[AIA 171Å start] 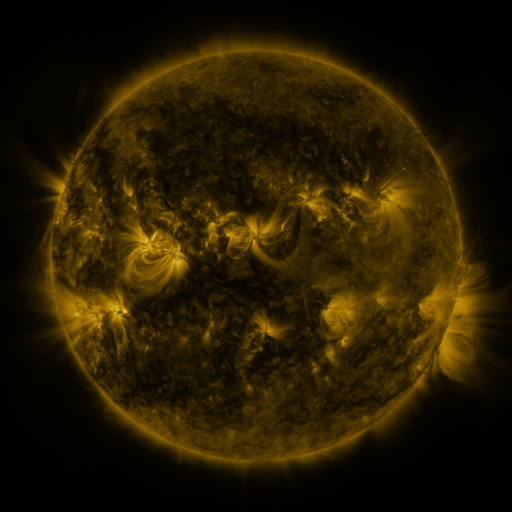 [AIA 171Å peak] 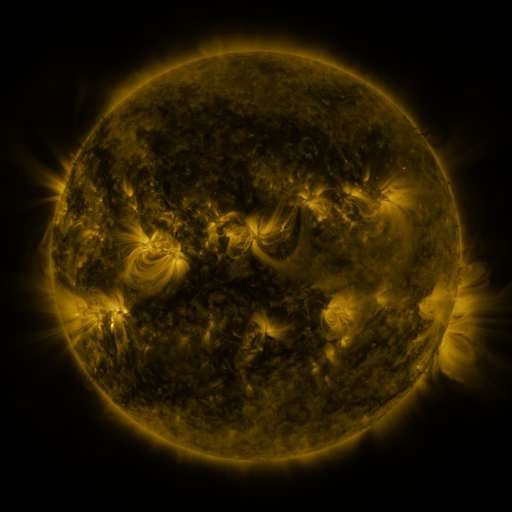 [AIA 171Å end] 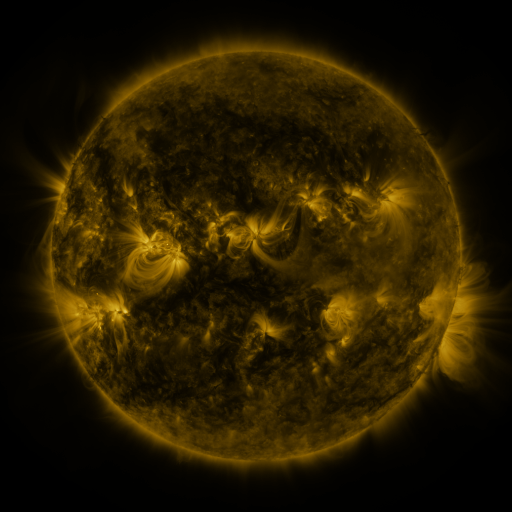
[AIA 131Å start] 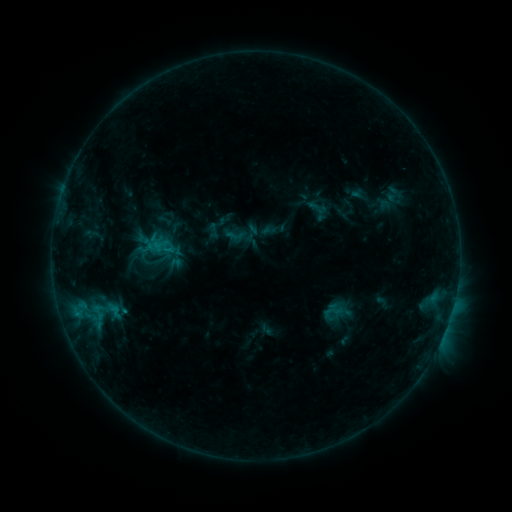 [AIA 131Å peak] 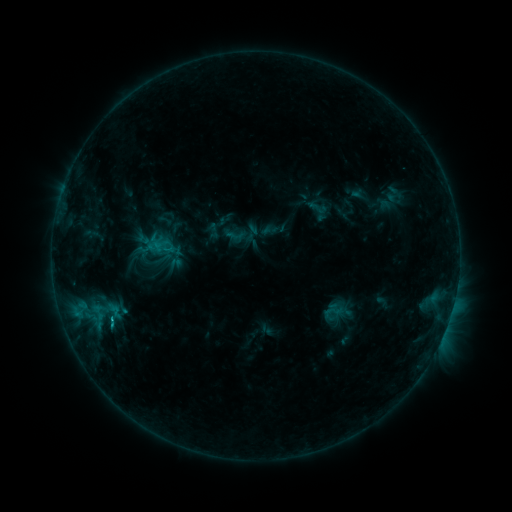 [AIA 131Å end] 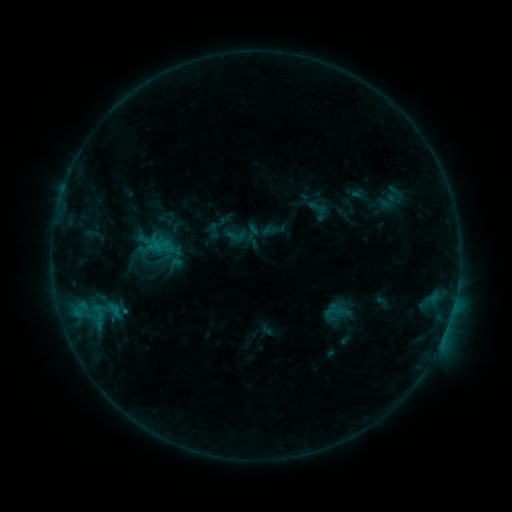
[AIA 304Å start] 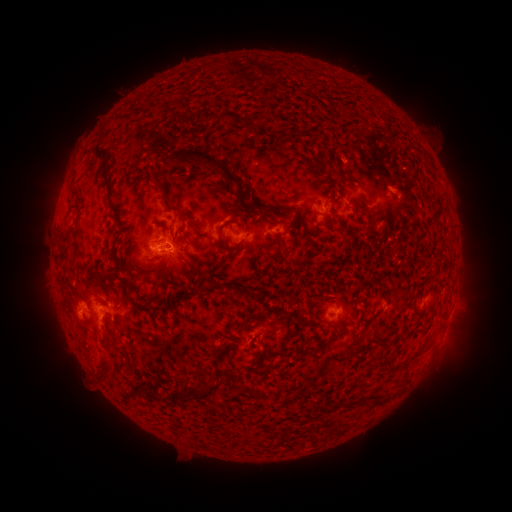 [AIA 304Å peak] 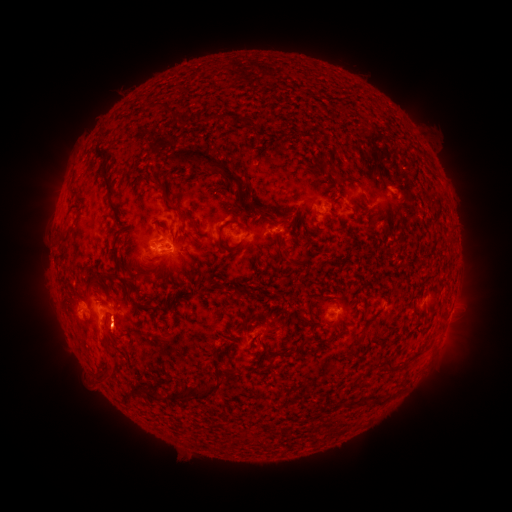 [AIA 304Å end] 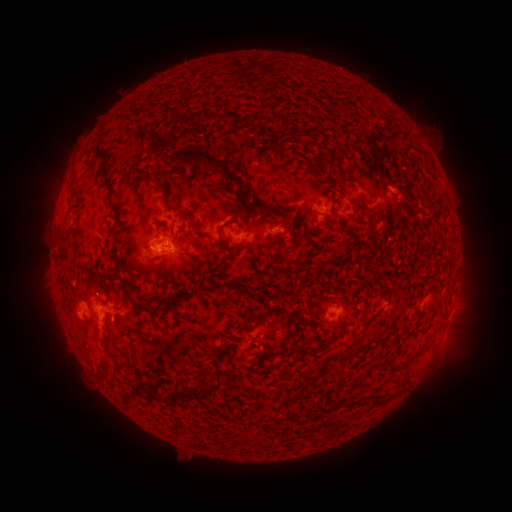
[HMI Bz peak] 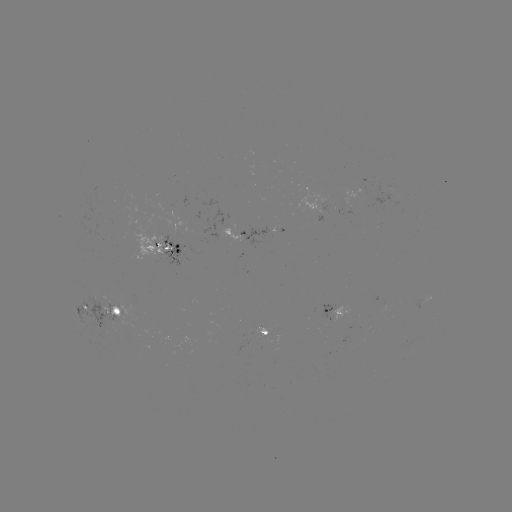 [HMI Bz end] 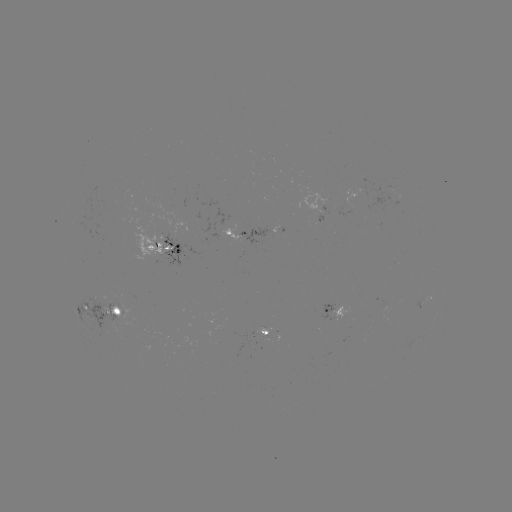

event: eruption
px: (114, 335)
